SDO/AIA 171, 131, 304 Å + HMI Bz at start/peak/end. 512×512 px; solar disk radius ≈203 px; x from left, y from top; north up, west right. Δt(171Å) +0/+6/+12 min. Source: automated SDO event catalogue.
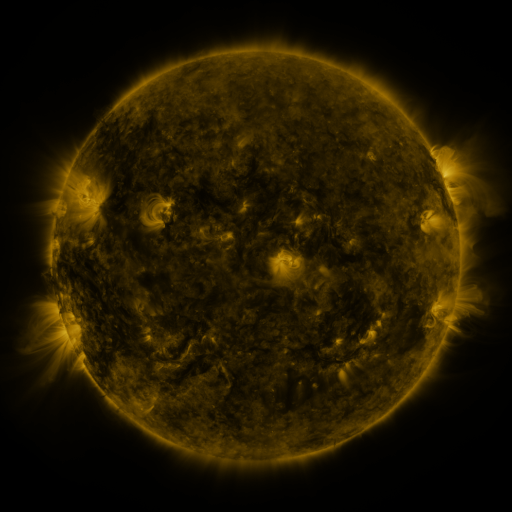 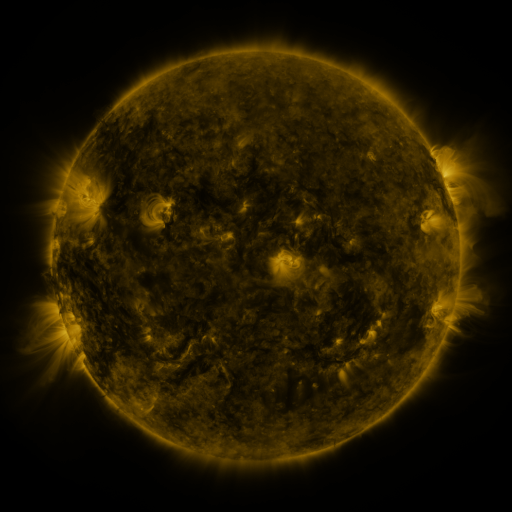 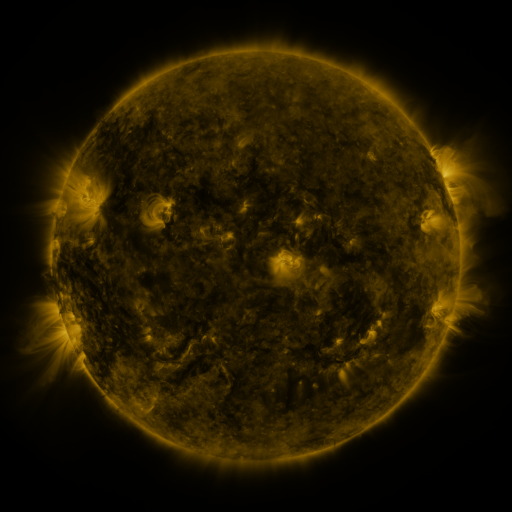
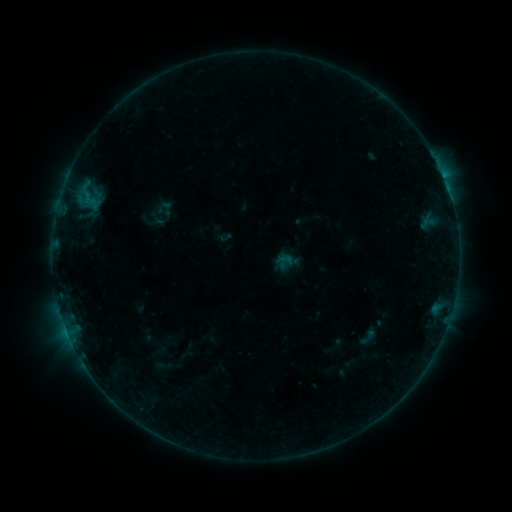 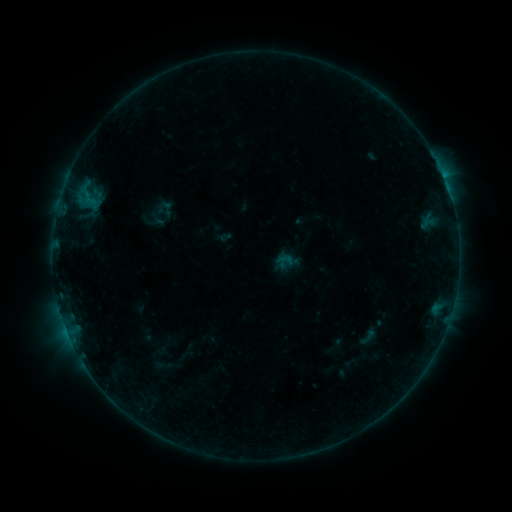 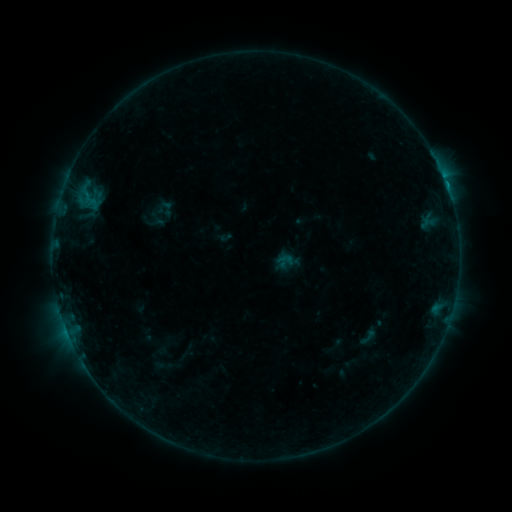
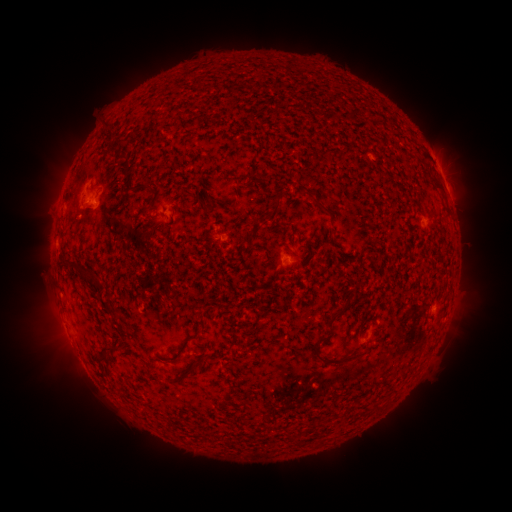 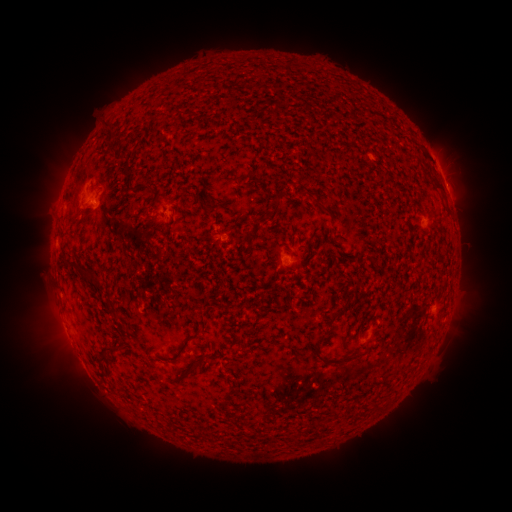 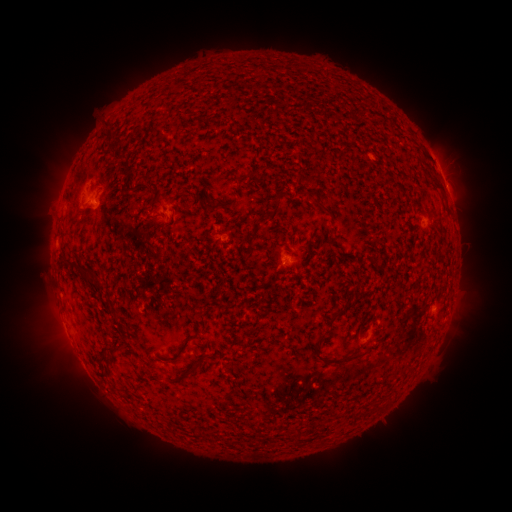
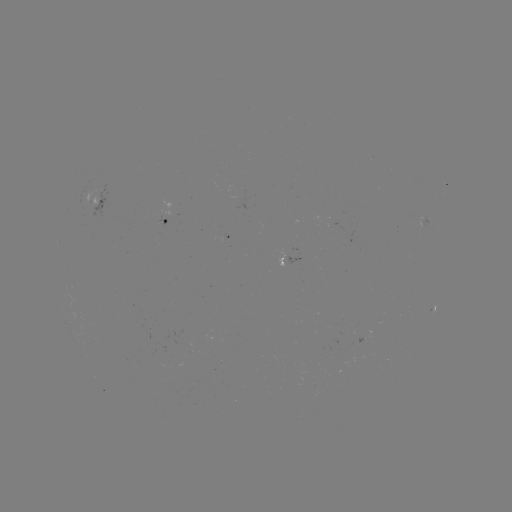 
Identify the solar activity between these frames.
B5.4 flare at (446, 188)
